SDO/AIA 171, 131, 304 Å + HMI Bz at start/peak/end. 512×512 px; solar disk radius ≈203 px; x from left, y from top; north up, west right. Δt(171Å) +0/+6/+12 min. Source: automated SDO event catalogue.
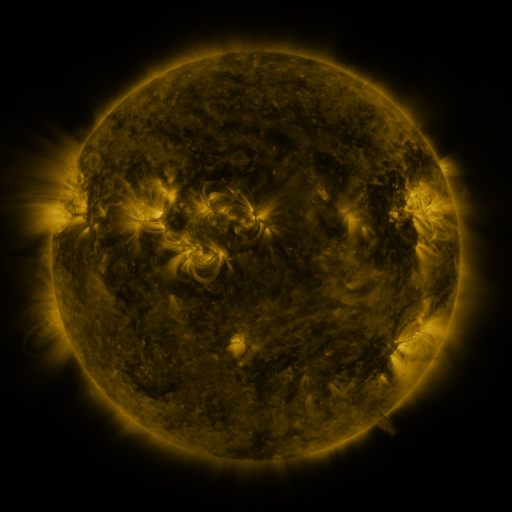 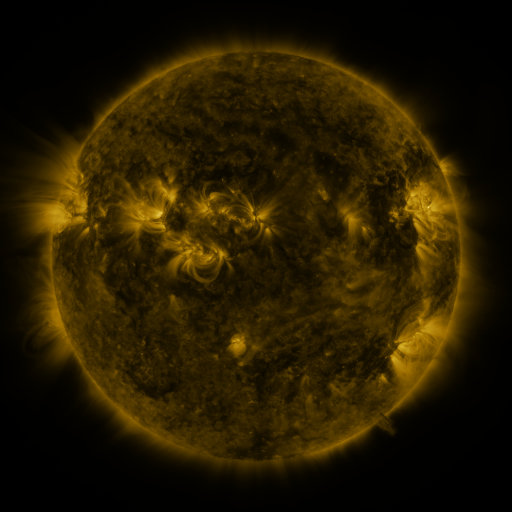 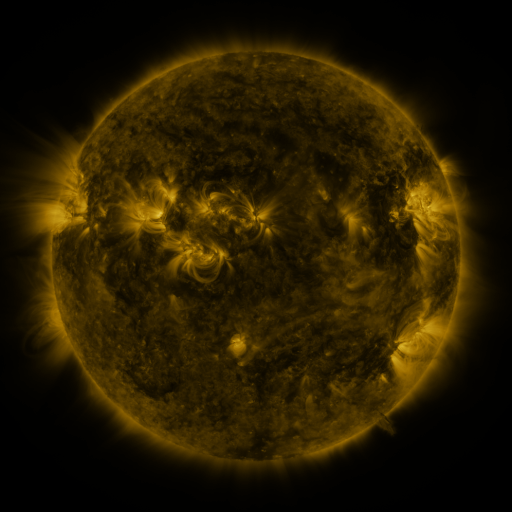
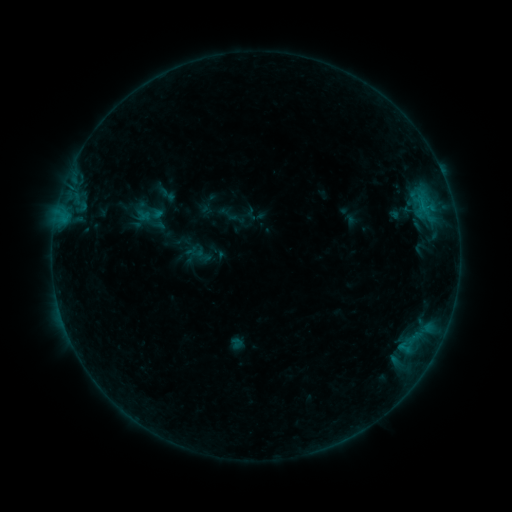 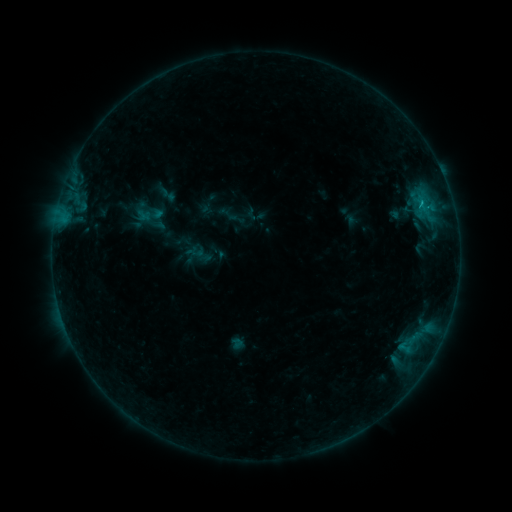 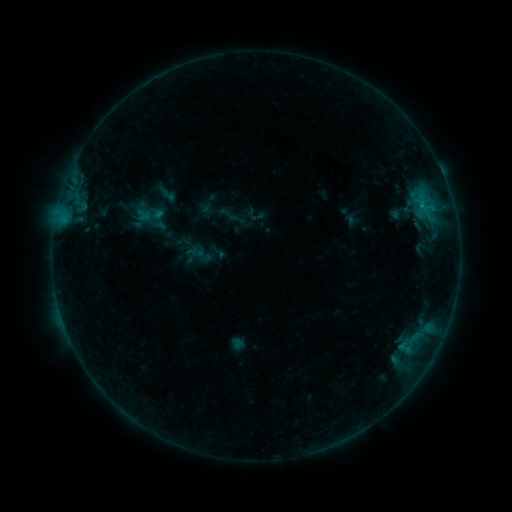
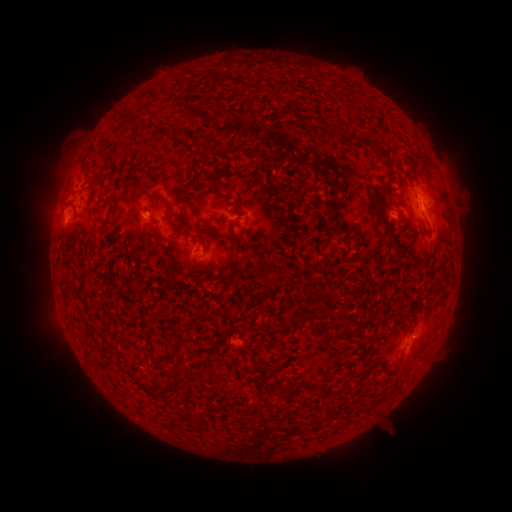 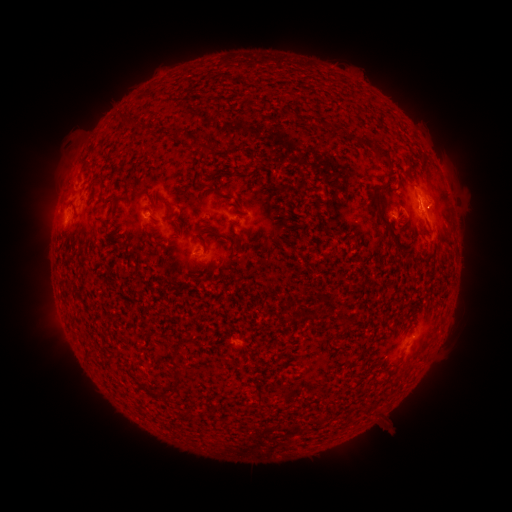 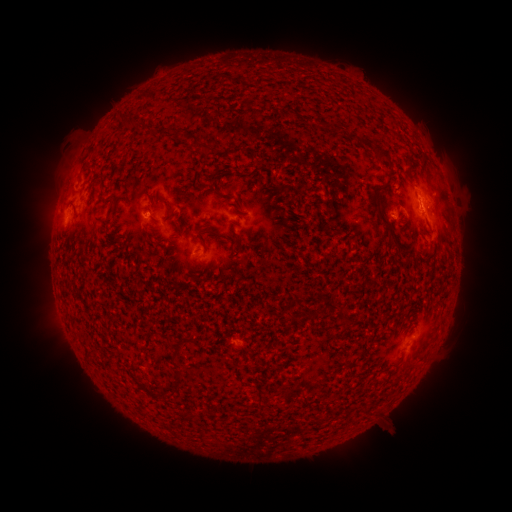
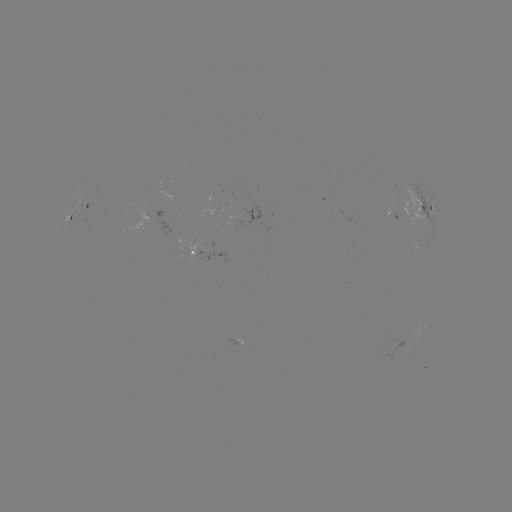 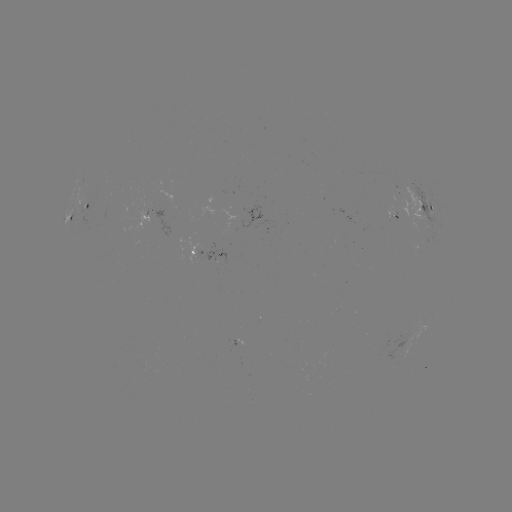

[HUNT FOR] B4.0 flare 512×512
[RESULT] [419, 202]